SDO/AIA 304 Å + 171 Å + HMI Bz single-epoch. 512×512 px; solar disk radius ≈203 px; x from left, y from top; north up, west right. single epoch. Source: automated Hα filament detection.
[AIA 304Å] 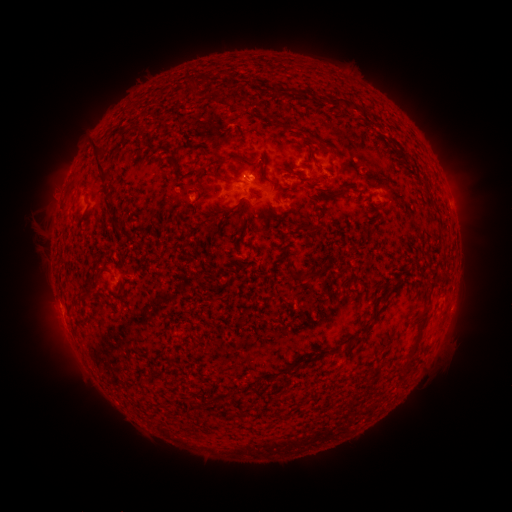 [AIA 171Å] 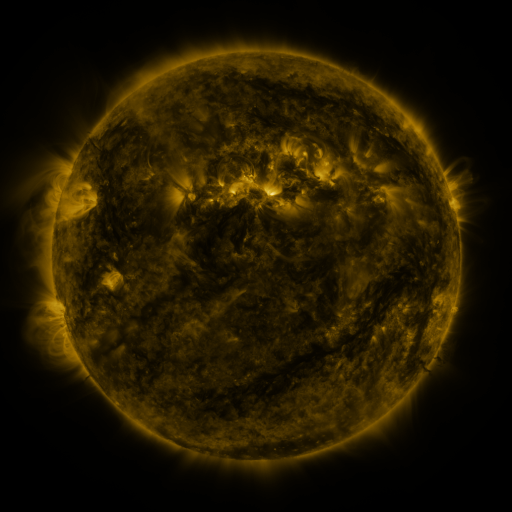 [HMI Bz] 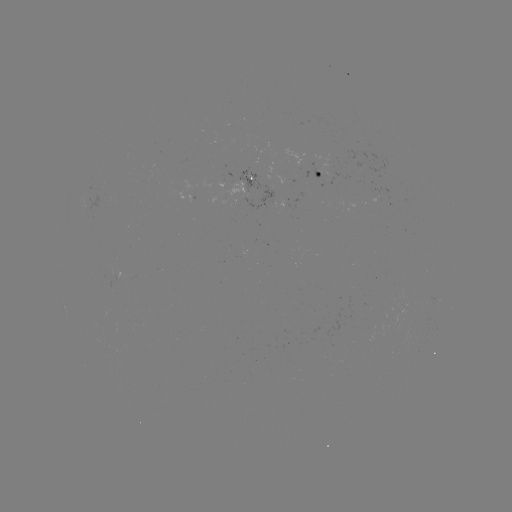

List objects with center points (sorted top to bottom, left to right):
filament: (299, 88, 309, 97)
filament: (329, 96, 344, 106)
filament: (90, 141, 111, 185)
filament: (310, 144, 329, 165)
filament: (223, 152, 251, 163)
filament: (187, 167, 202, 176)
filament: (219, 176, 233, 185)
filament: (322, 183, 353, 201)
filament: (311, 200, 318, 212)
filament: (219, 205, 238, 217)
filament: (302, 223, 314, 233)
filament: (305, 263, 326, 281)
filament: (81, 292, 92, 301)
filament: (360, 308, 382, 336)
filament: (345, 340, 354, 349)
filament: (410, 342, 417, 354)
filament: (300, 357, 314, 366)
filament: (398, 363, 410, 372)
filament: (187, 397, 198, 410)
